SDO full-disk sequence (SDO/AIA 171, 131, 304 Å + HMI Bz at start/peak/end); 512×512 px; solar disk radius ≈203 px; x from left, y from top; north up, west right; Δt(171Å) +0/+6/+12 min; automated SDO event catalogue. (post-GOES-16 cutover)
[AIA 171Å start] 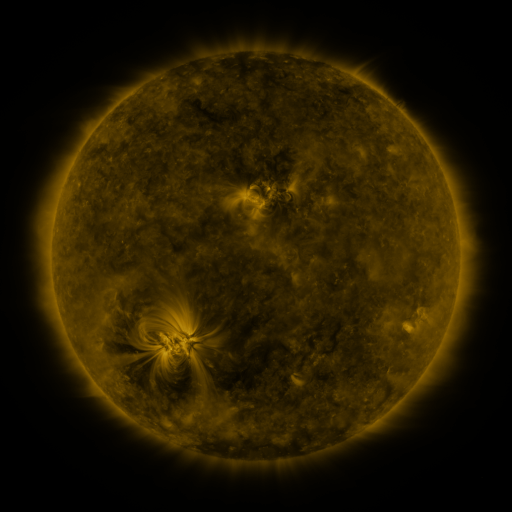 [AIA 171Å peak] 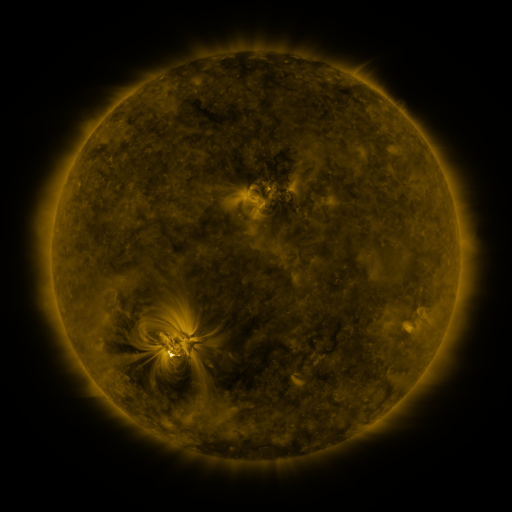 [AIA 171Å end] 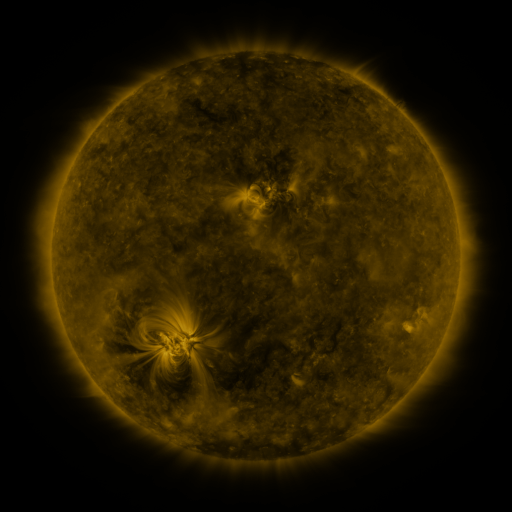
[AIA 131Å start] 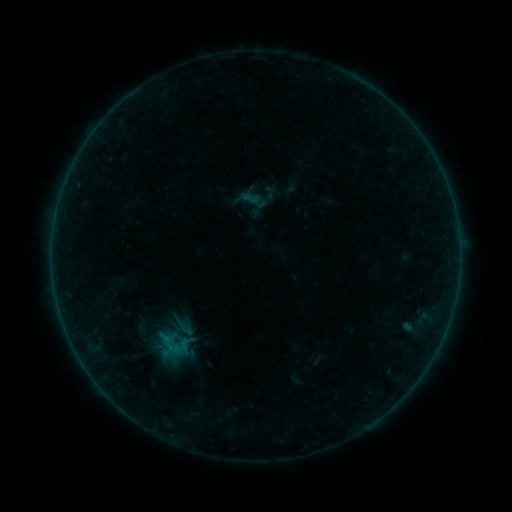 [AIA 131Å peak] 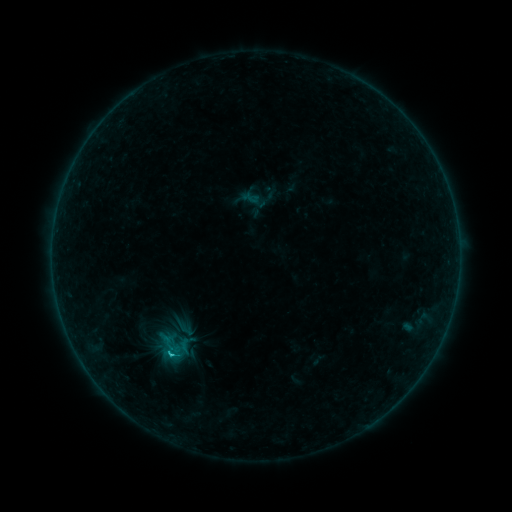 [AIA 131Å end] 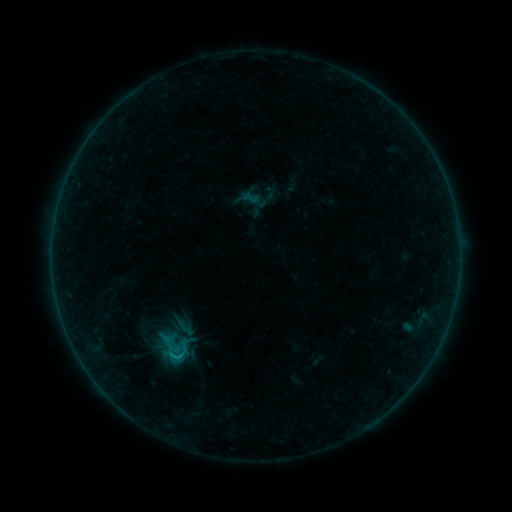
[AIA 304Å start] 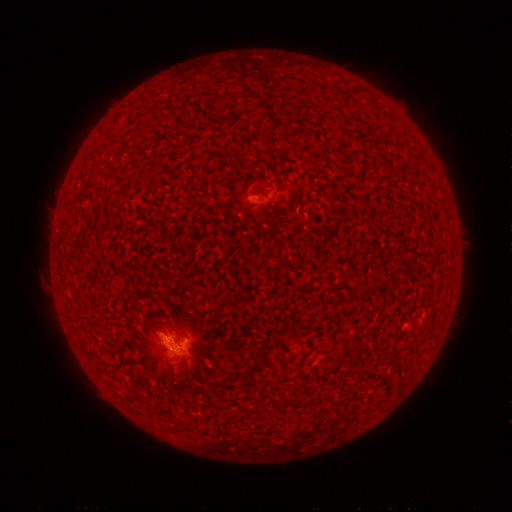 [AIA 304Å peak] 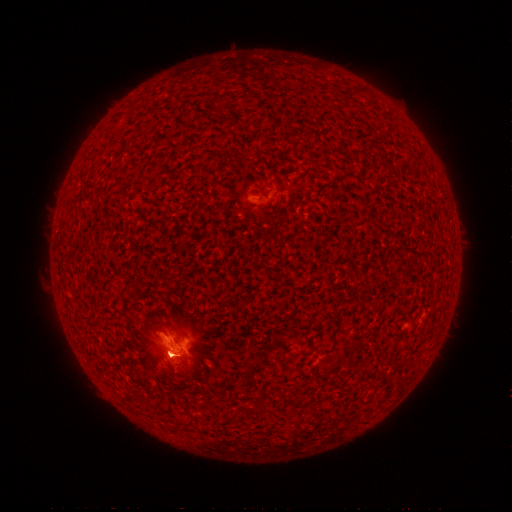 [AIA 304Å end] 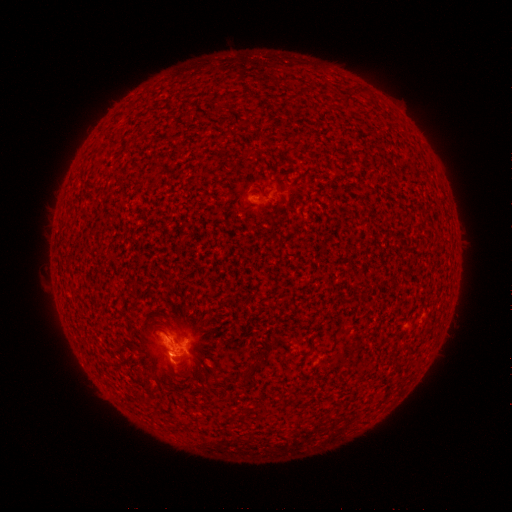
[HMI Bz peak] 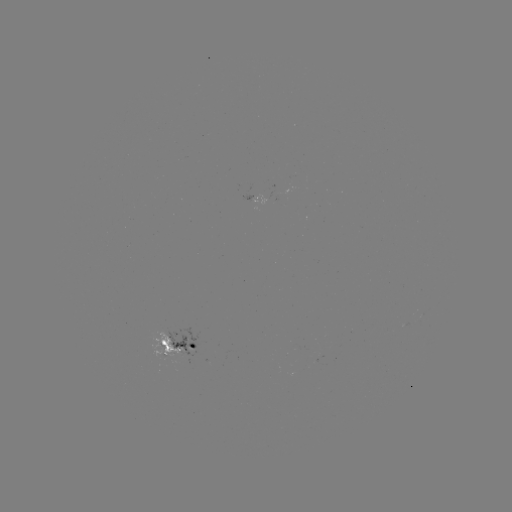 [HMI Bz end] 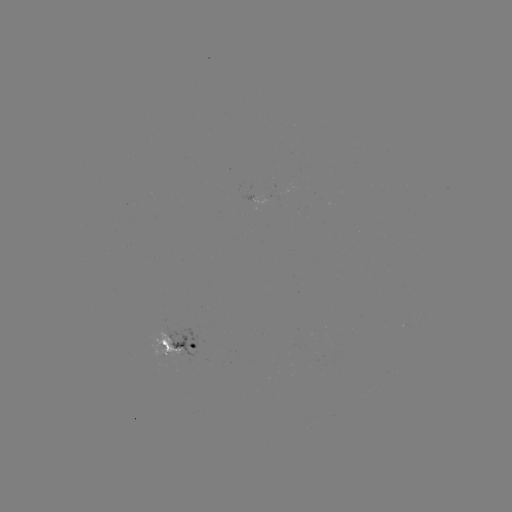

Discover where B8.9 flare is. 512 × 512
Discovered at (172, 352).